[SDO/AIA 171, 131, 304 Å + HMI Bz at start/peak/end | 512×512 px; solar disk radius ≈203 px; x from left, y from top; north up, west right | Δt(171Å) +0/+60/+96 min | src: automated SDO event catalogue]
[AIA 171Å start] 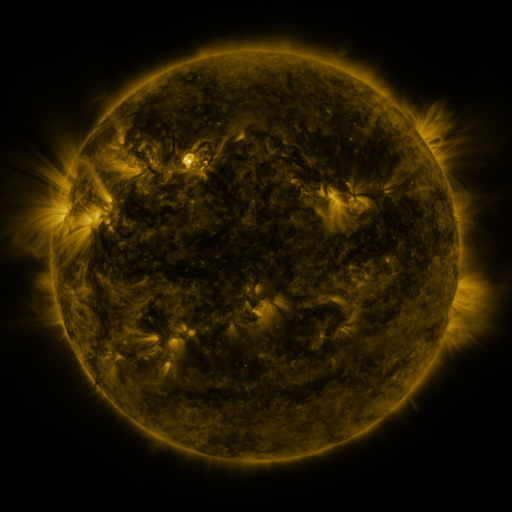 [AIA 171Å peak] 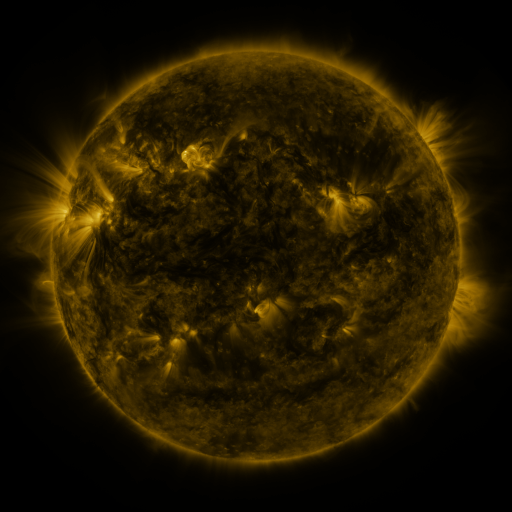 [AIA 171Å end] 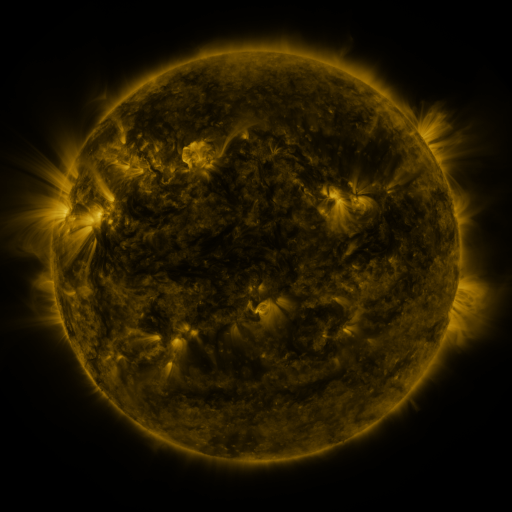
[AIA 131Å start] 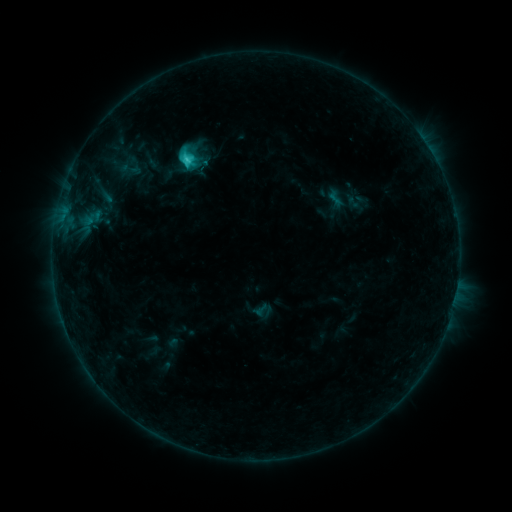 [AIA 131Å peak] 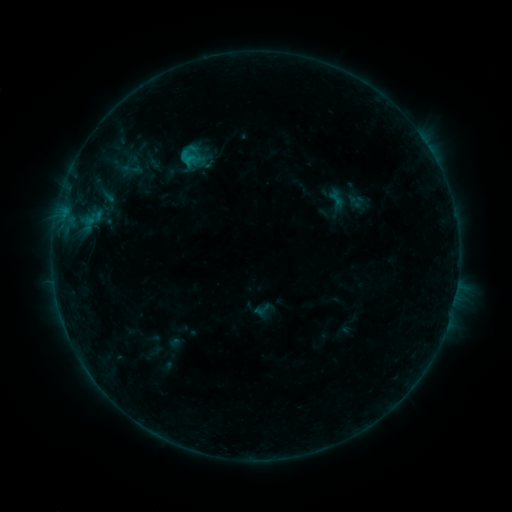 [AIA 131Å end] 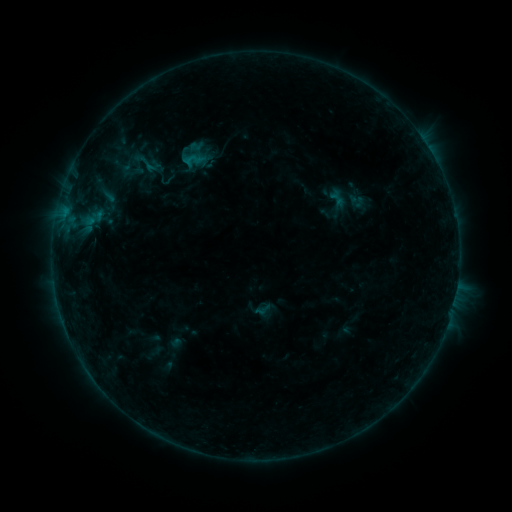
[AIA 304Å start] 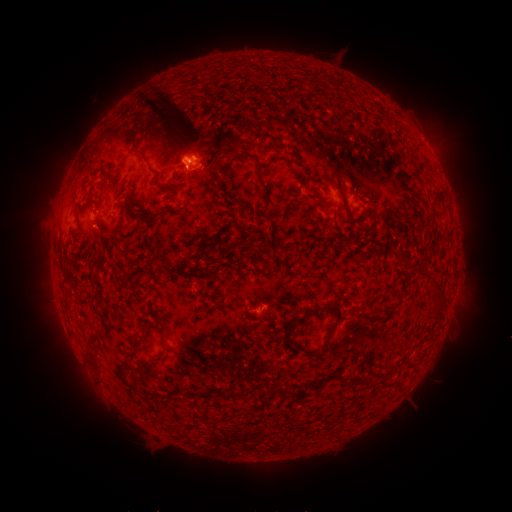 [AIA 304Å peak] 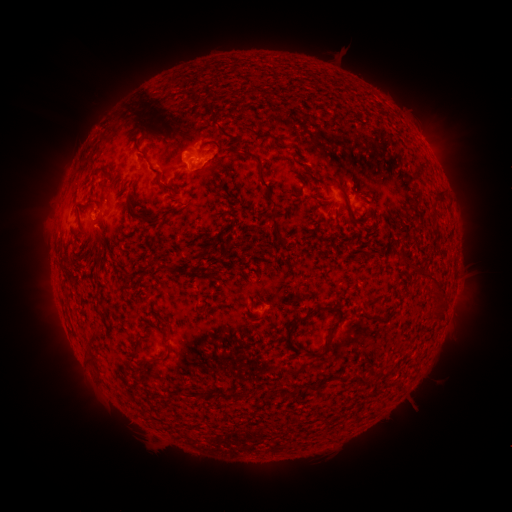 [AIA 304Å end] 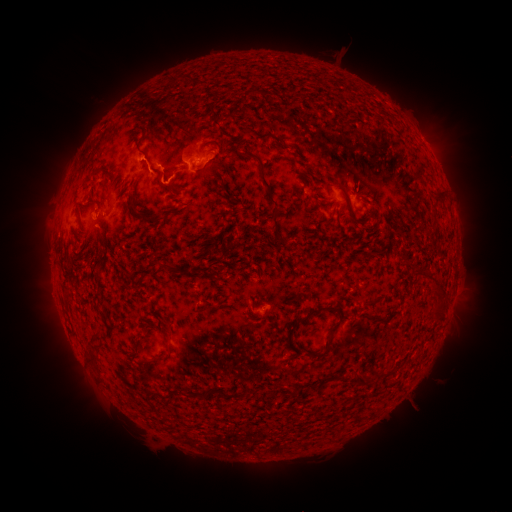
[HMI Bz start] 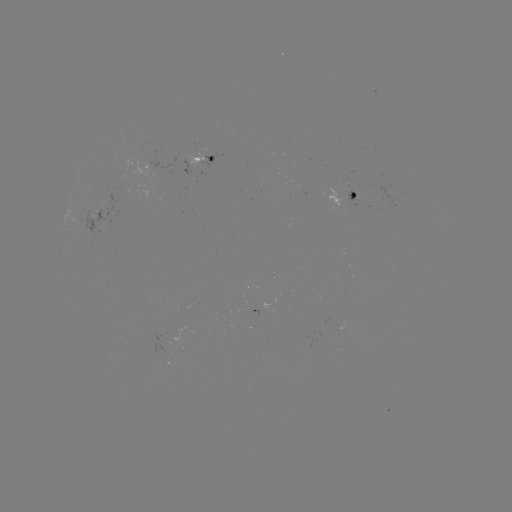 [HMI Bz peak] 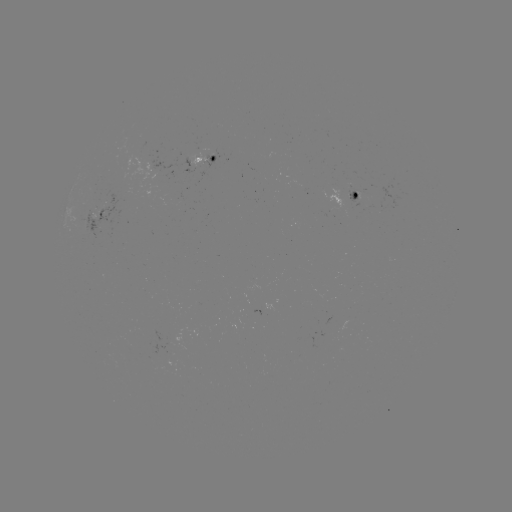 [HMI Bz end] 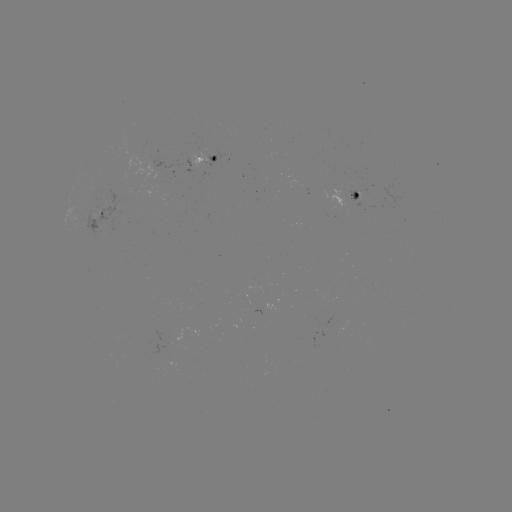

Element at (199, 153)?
emerging-flux region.